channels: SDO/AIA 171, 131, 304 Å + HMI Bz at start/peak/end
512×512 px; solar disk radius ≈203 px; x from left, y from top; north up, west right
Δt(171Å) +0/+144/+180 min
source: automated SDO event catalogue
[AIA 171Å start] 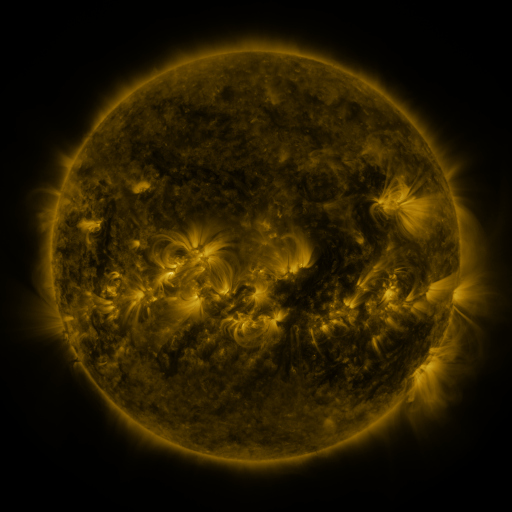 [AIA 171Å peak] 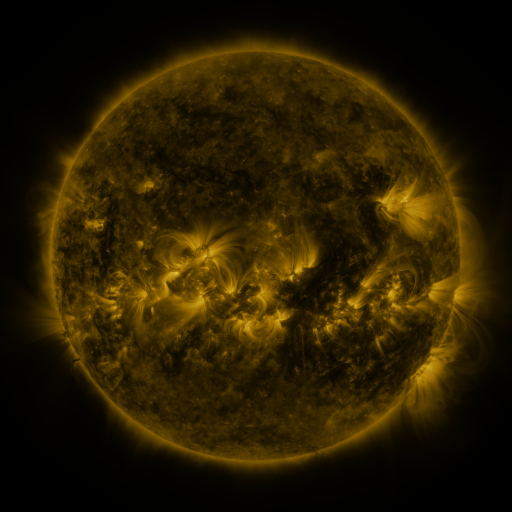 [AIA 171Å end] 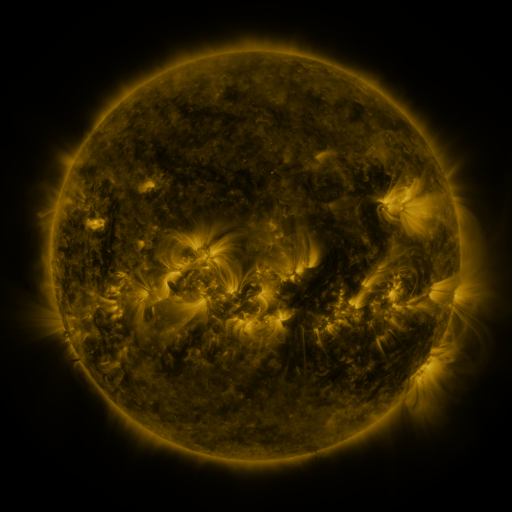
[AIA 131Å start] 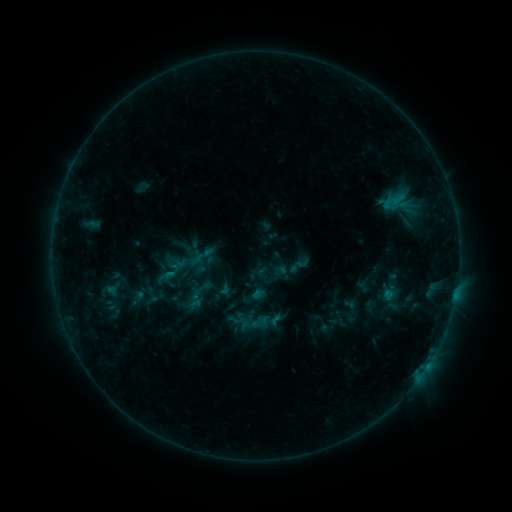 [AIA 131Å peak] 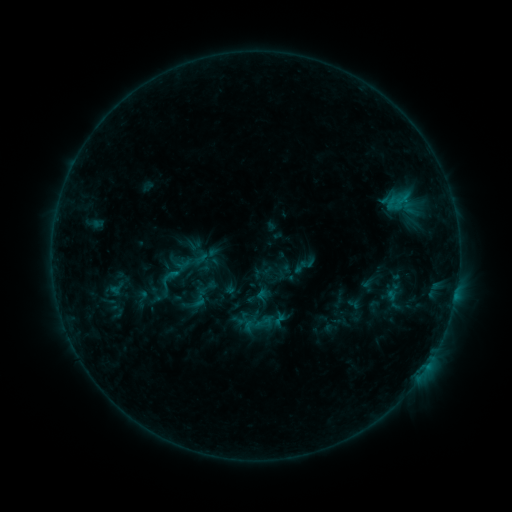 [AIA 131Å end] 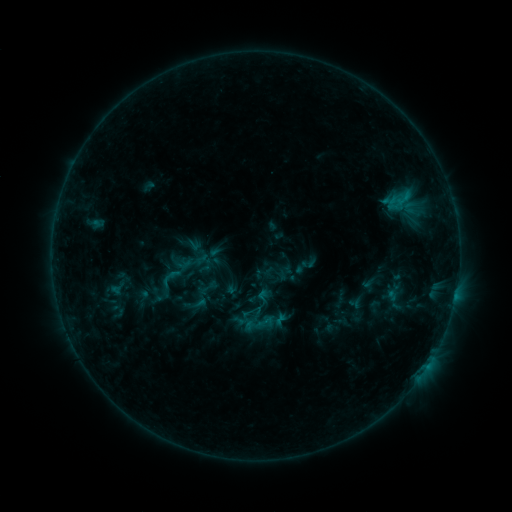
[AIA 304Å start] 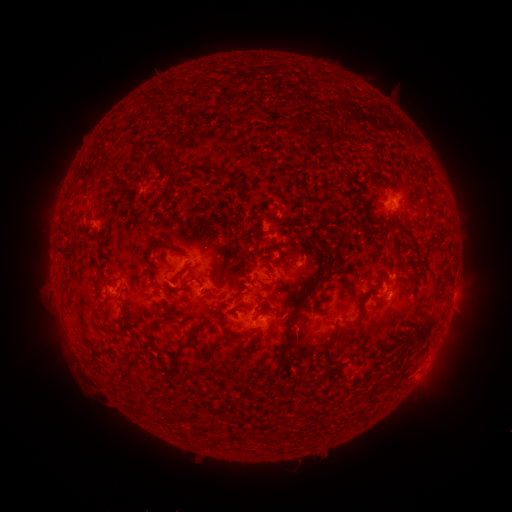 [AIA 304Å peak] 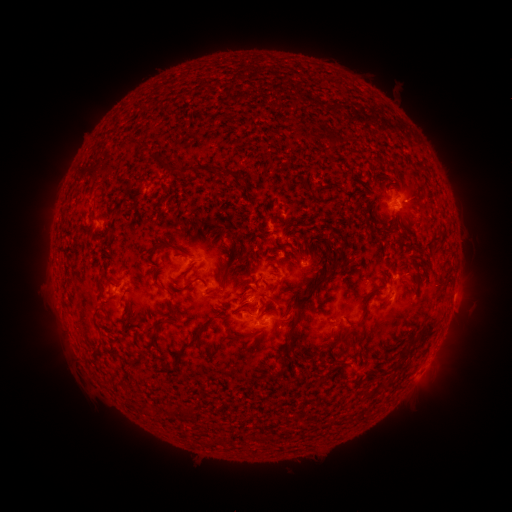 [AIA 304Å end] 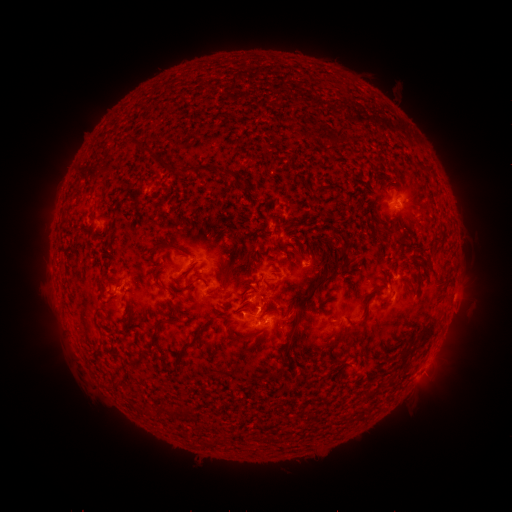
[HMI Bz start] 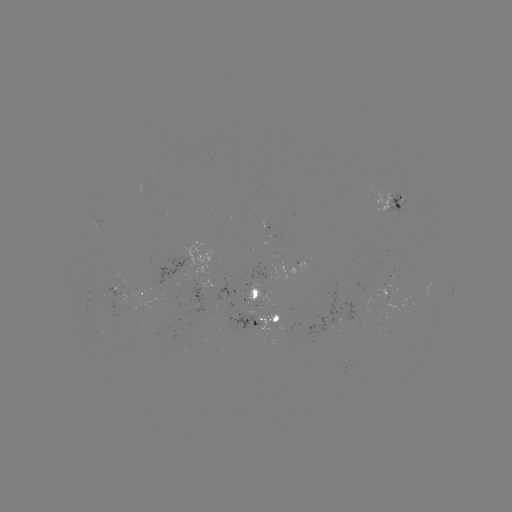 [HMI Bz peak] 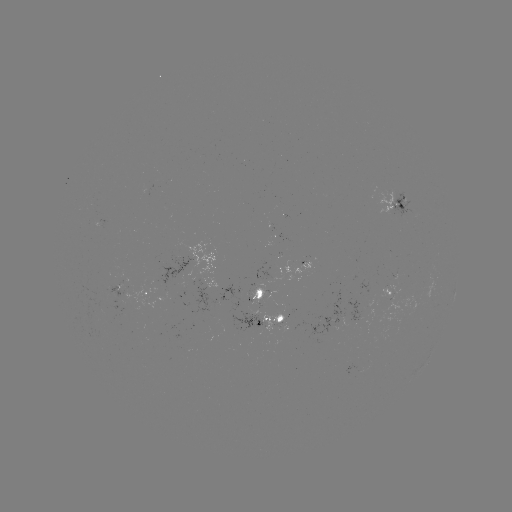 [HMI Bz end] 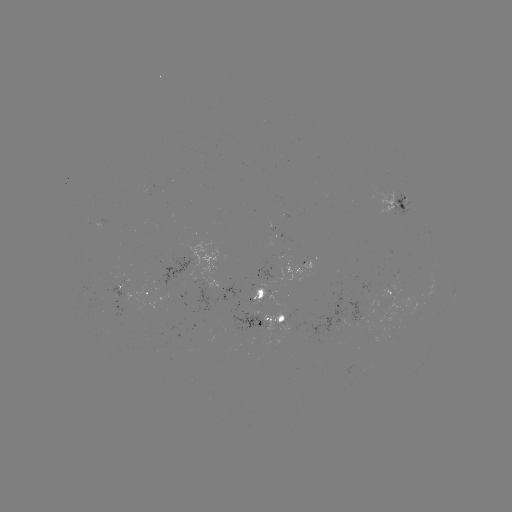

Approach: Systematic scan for emerging-flux region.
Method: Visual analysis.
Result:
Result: emerging-flux region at (122, 284).